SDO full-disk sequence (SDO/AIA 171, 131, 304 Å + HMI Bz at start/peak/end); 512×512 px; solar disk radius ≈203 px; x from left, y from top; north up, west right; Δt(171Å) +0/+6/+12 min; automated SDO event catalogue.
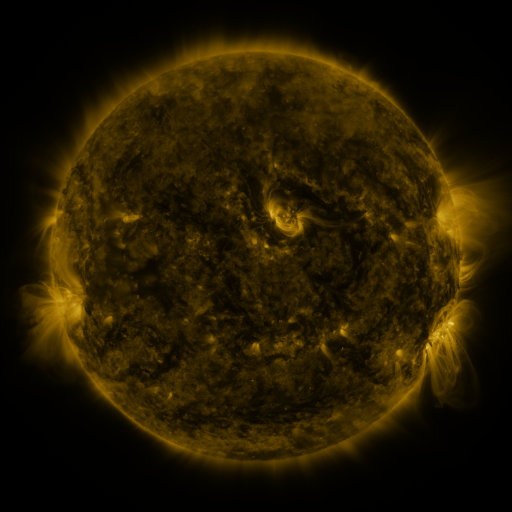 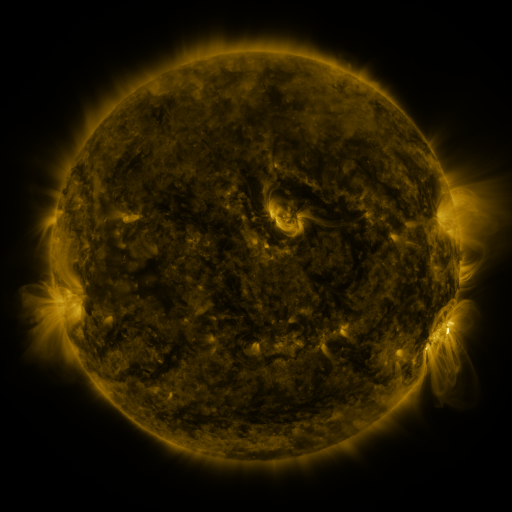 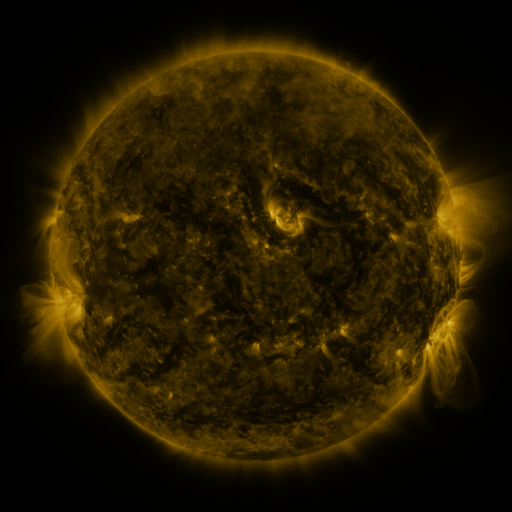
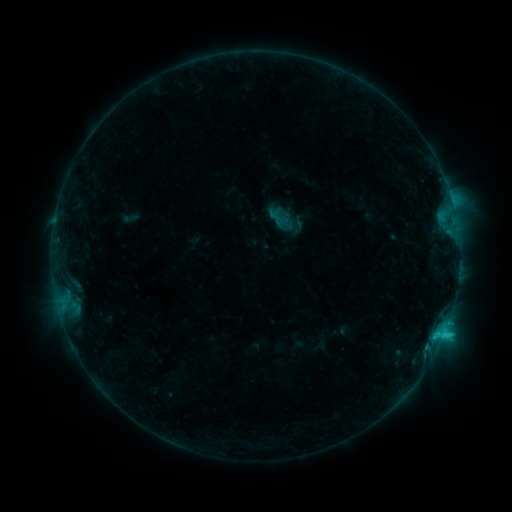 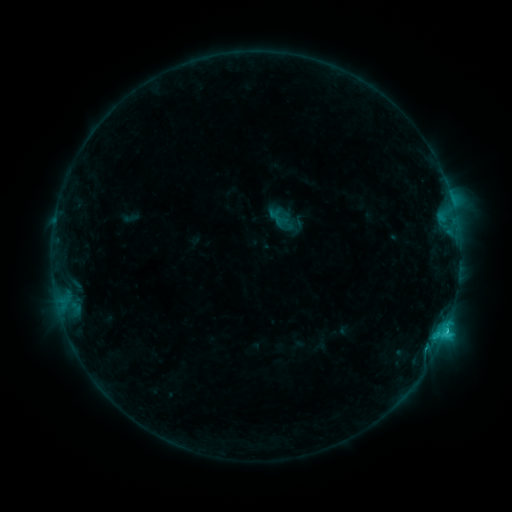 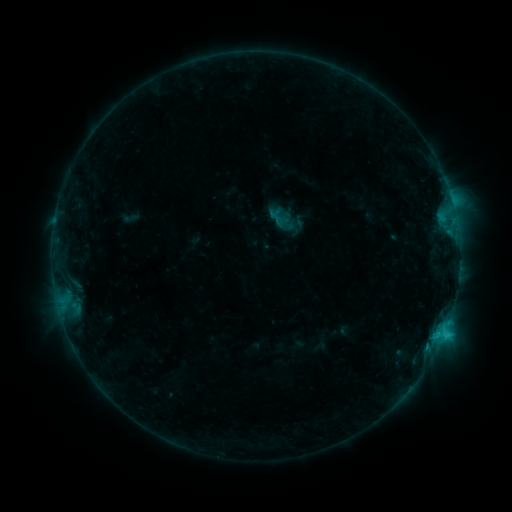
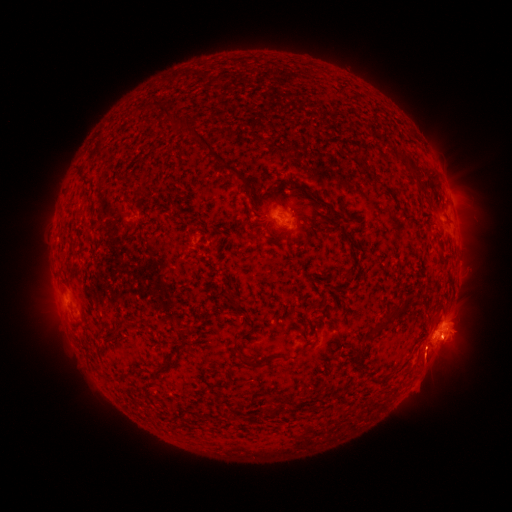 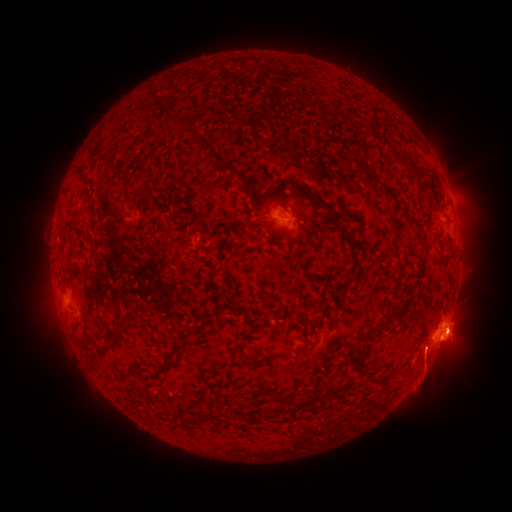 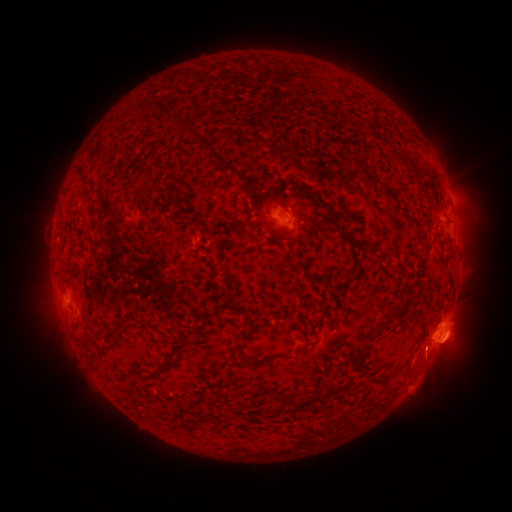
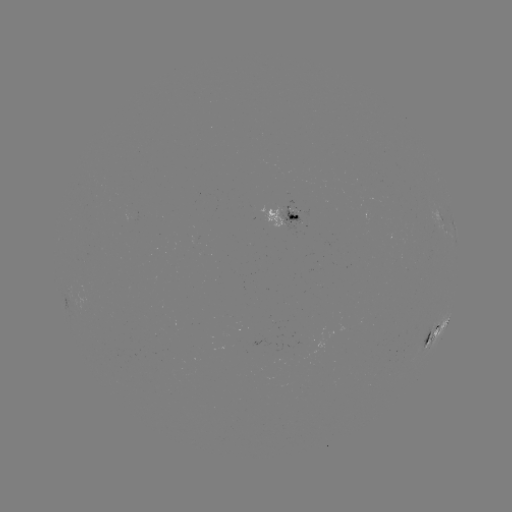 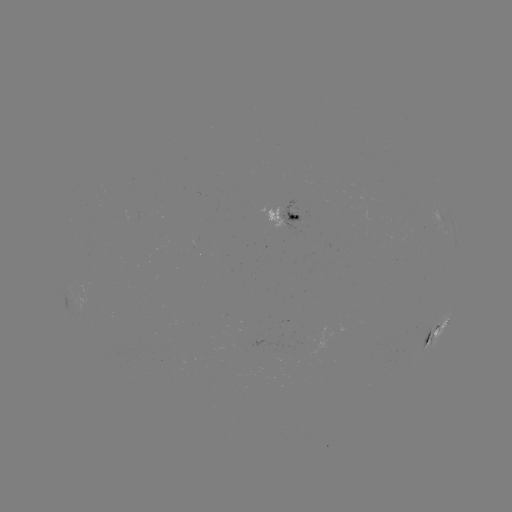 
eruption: <bbox>410, 304, 485, 387</bbox>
